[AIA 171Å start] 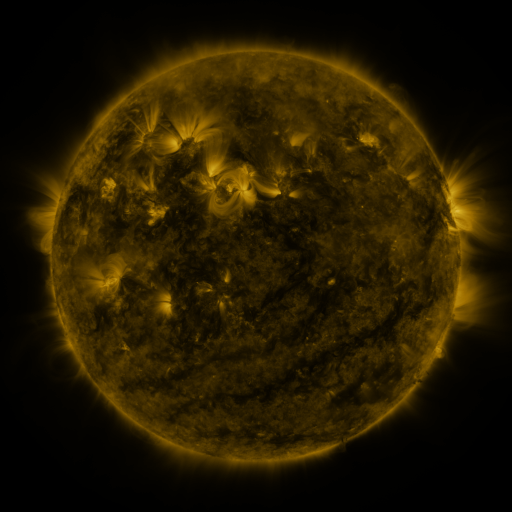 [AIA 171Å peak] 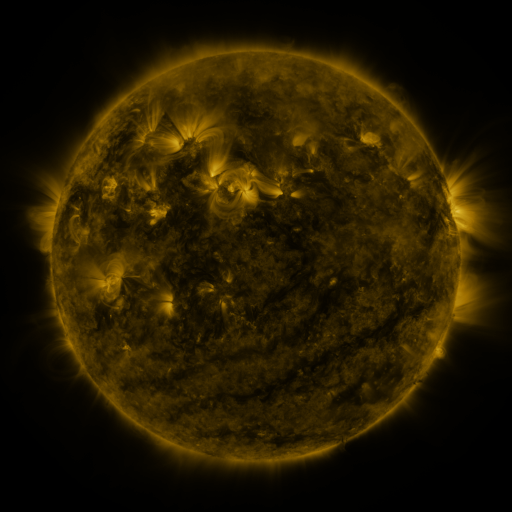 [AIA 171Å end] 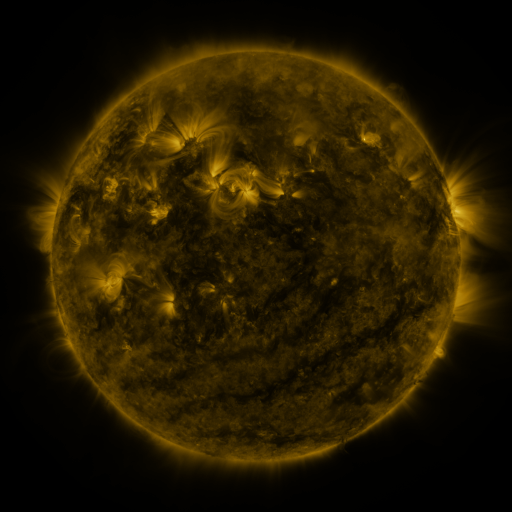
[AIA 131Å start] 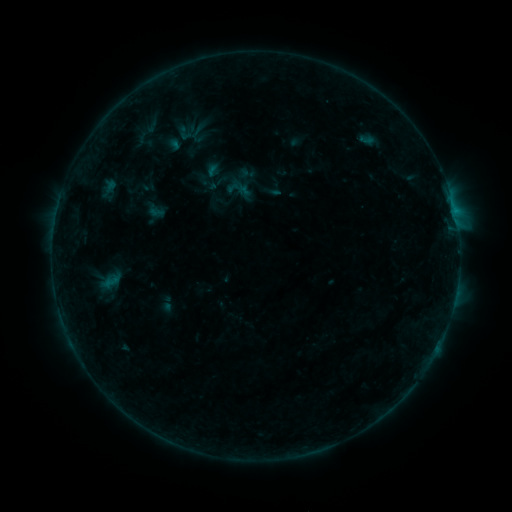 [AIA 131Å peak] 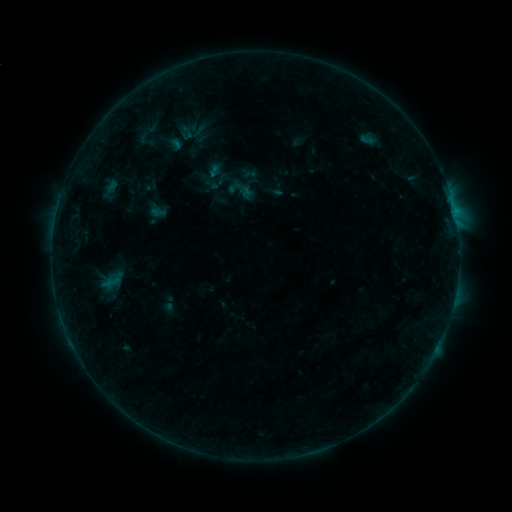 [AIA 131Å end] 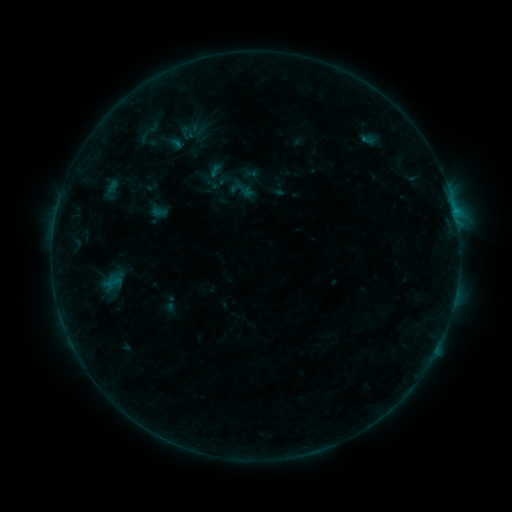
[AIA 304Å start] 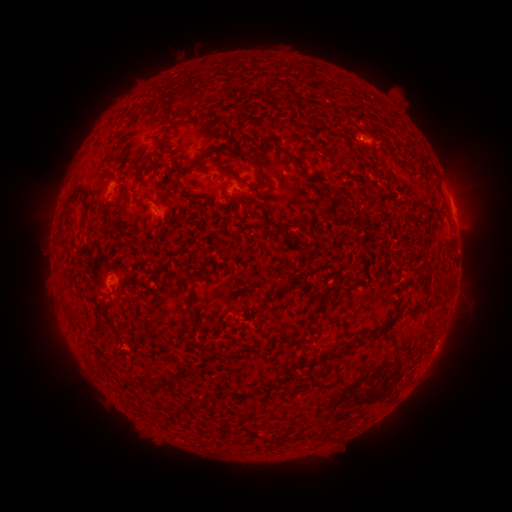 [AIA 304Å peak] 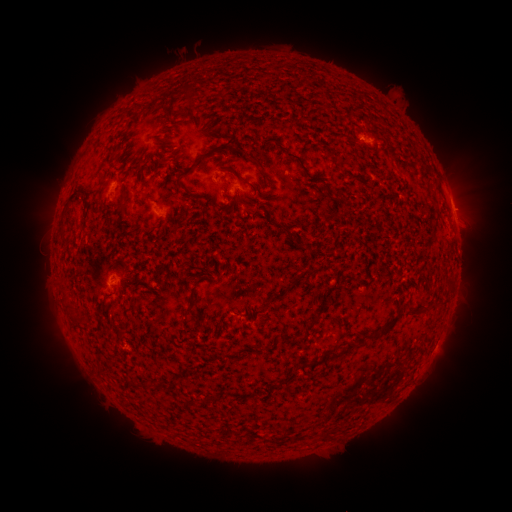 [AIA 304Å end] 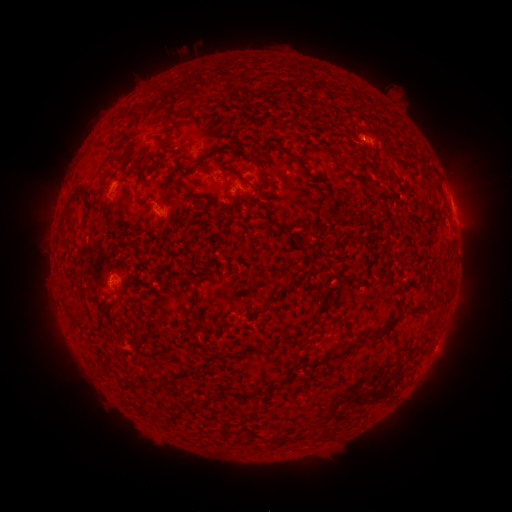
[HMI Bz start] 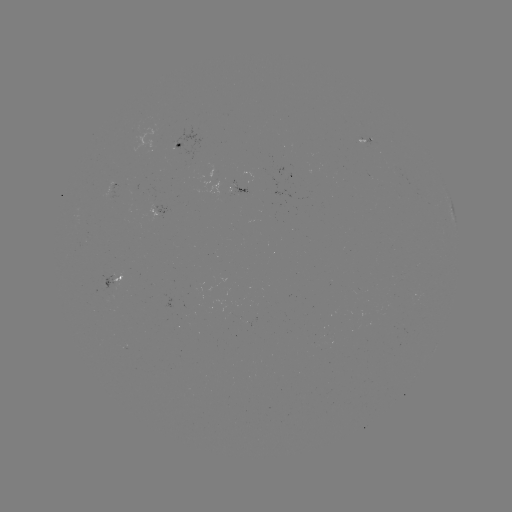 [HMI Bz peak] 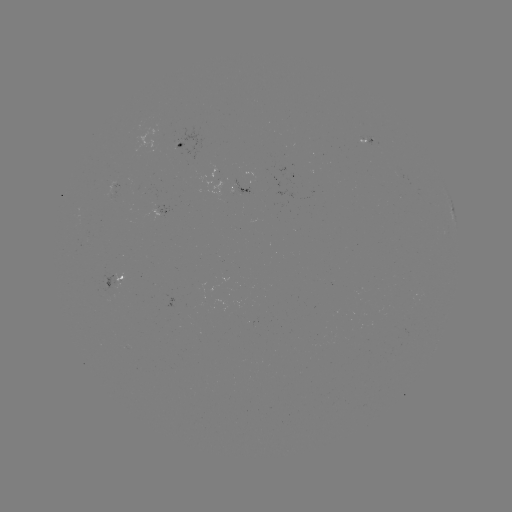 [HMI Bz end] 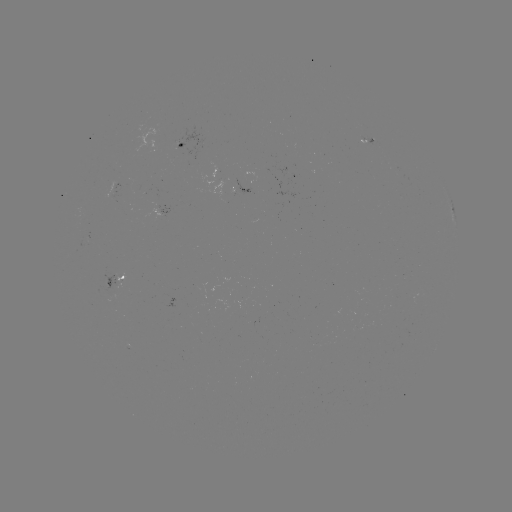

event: emerging-flux region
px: (120, 281)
